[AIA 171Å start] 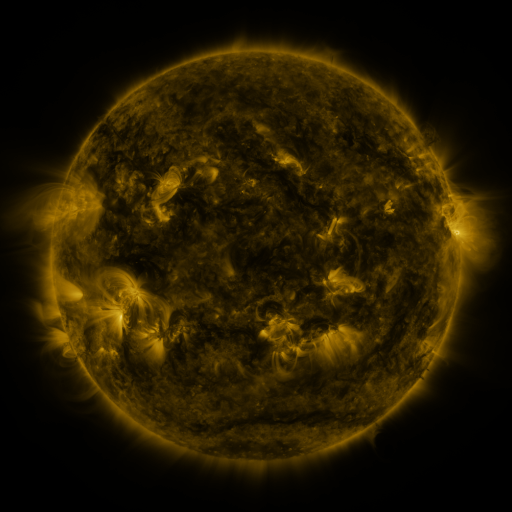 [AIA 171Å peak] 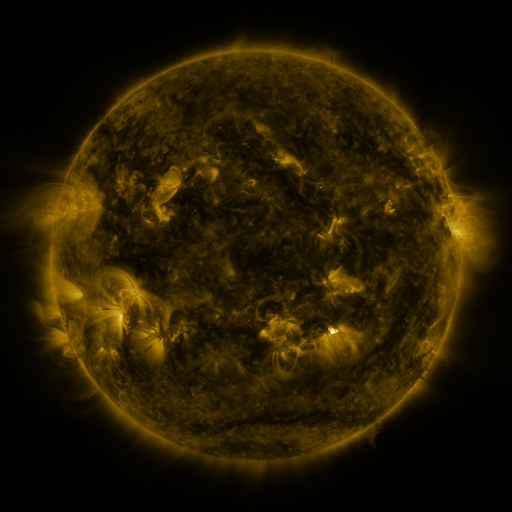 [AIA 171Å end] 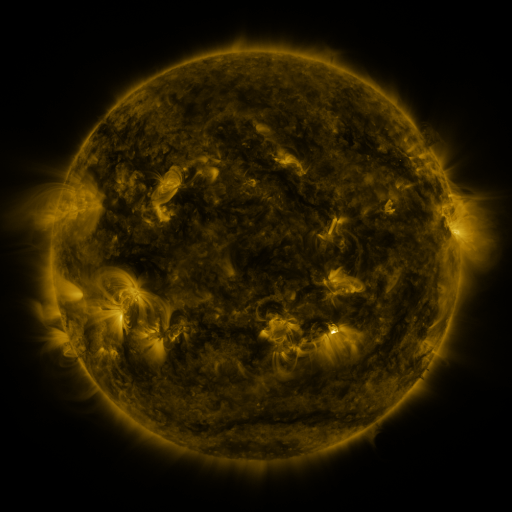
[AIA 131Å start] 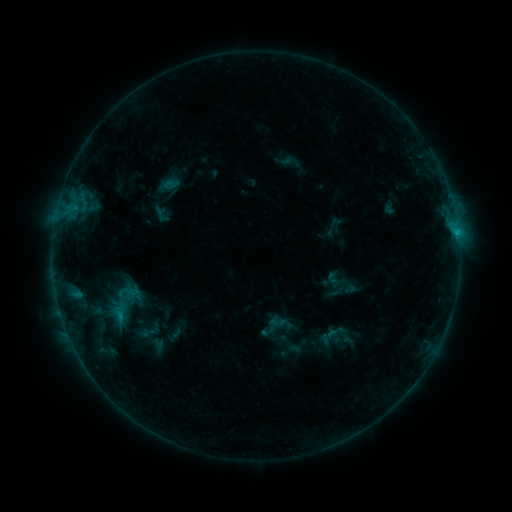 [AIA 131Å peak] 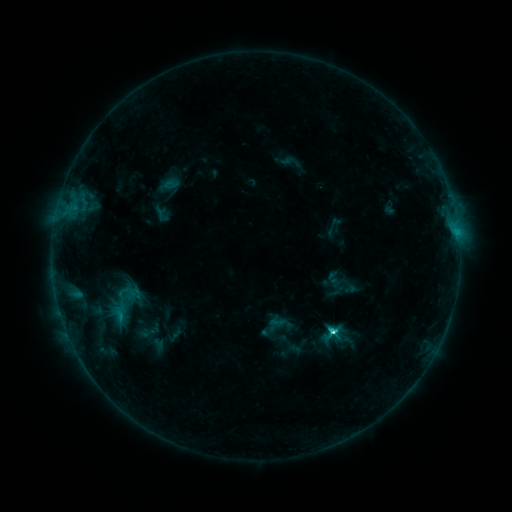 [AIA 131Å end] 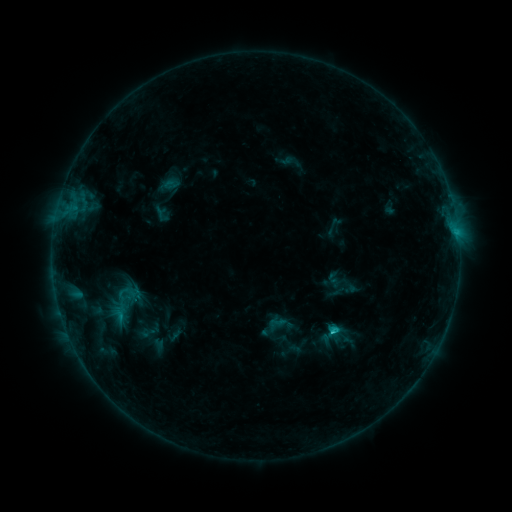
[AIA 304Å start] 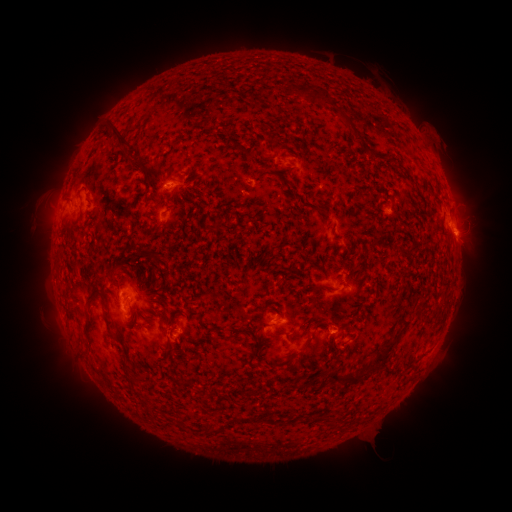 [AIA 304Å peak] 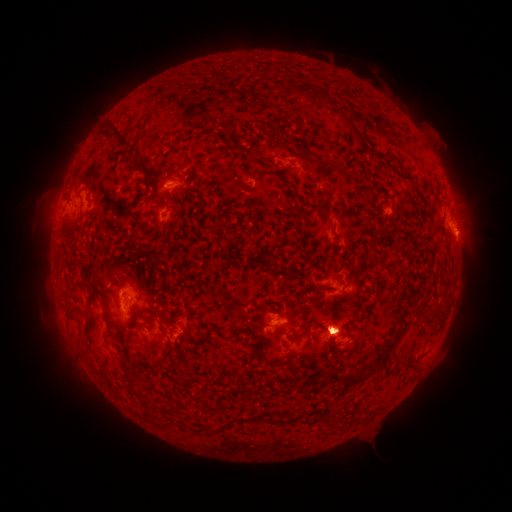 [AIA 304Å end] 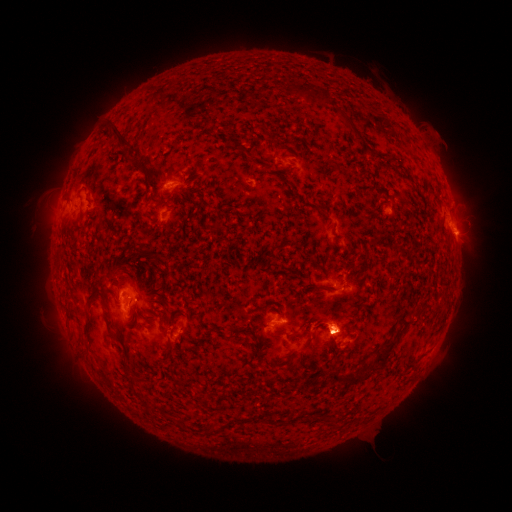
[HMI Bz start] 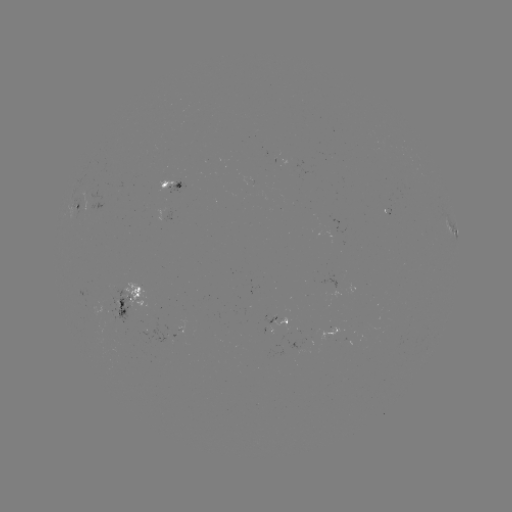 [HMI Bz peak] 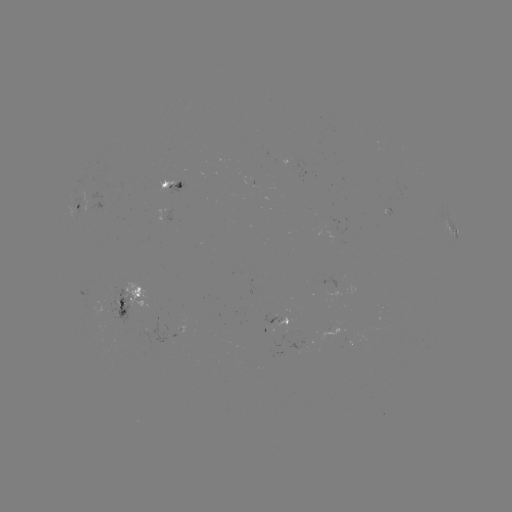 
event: flare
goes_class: C3.1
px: (330, 329)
